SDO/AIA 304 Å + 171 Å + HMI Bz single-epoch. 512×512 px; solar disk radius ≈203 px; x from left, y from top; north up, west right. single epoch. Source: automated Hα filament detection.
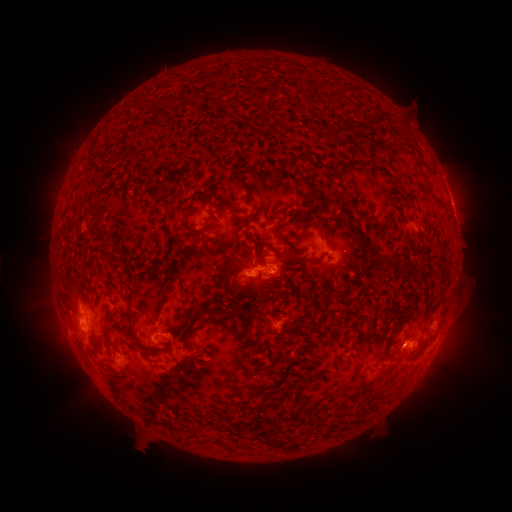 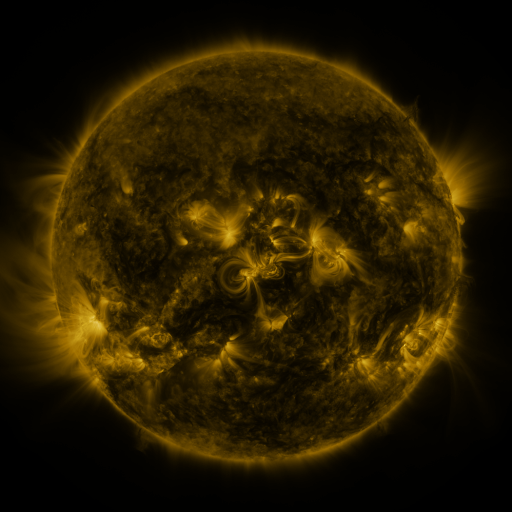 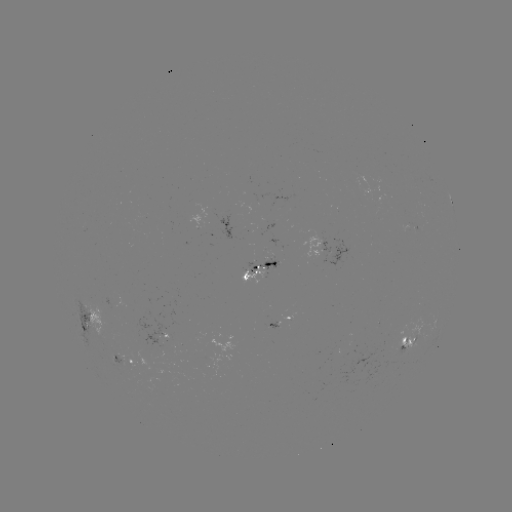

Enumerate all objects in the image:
filament: [373, 113, 383, 123]
filament: [341, 120, 348, 129]
filament: [288, 154, 309, 162]
filament: [399, 170, 408, 180]
filament: [231, 171, 252, 200]
filament: [304, 182, 317, 200]
filament: [434, 197, 445, 204]
filament: [87, 201, 104, 222]
filament: [257, 201, 269, 222]
filament: [301, 207, 312, 219]
filament: [328, 215, 346, 223]
filament: [179, 219, 195, 236]
filament: [349, 220, 369, 240]
filament: [274, 224, 285, 235]
filament: [98, 229, 108, 236]
filament: [377, 253, 386, 261]
filament: [230, 285, 243, 297]
filament: [184, 306, 242, 329]
filament: [310, 319, 322, 330]
filament: [256, 402, 266, 415]
filament: [261, 427, 278, 446]
filament: [293, 440, 304, 449]
